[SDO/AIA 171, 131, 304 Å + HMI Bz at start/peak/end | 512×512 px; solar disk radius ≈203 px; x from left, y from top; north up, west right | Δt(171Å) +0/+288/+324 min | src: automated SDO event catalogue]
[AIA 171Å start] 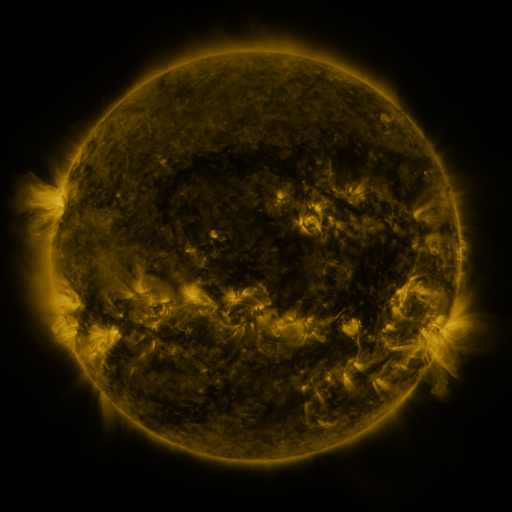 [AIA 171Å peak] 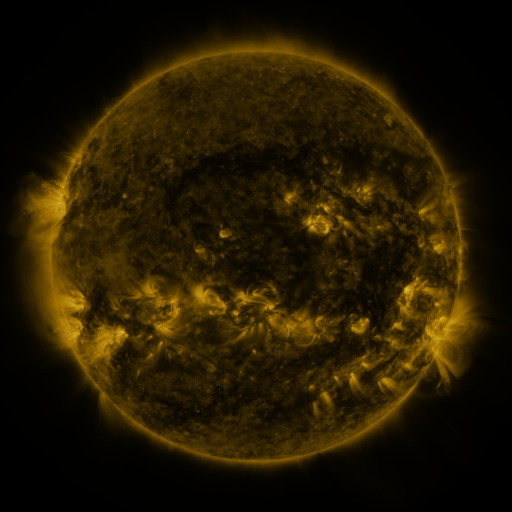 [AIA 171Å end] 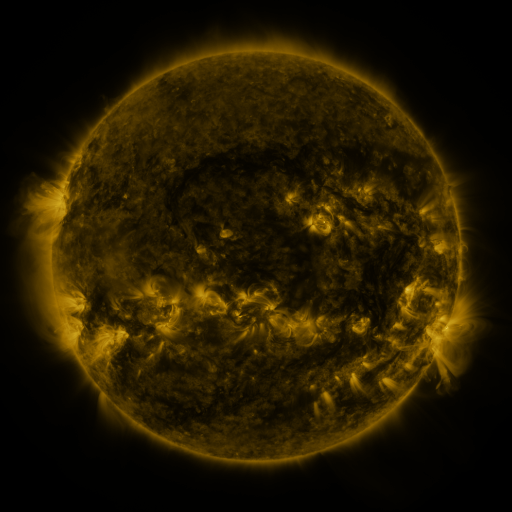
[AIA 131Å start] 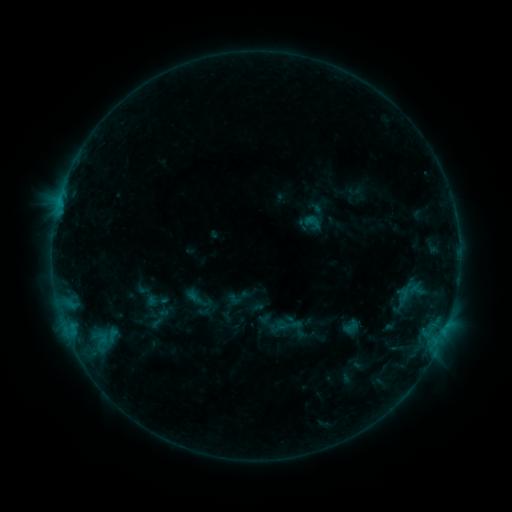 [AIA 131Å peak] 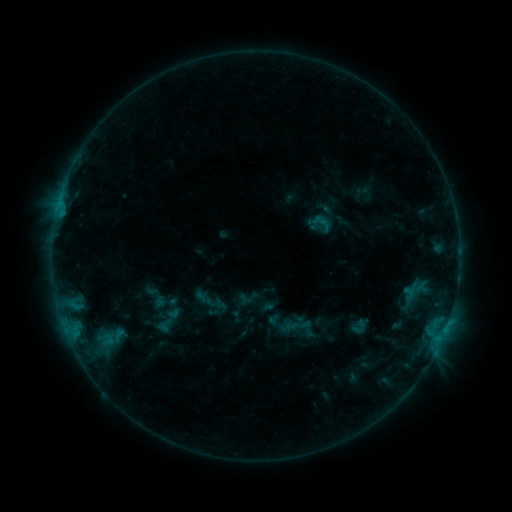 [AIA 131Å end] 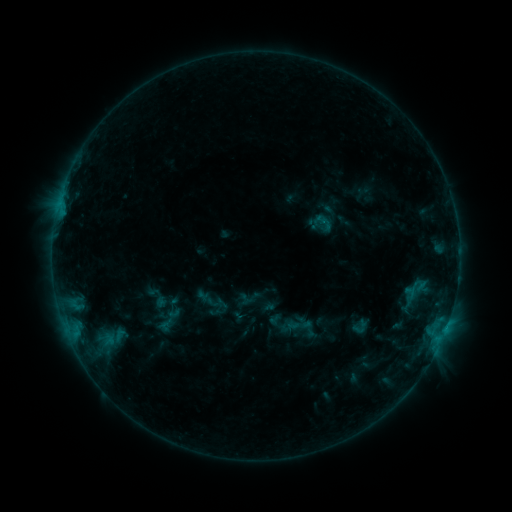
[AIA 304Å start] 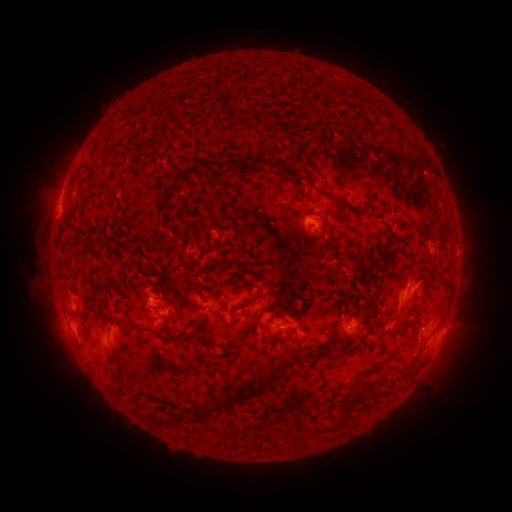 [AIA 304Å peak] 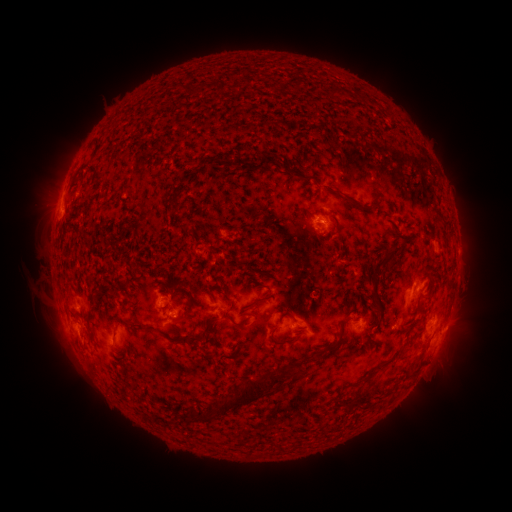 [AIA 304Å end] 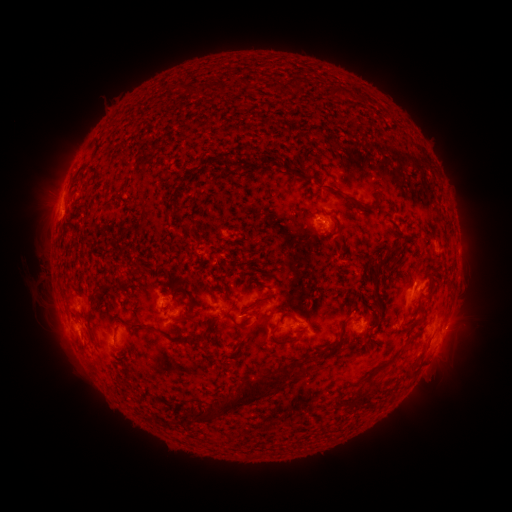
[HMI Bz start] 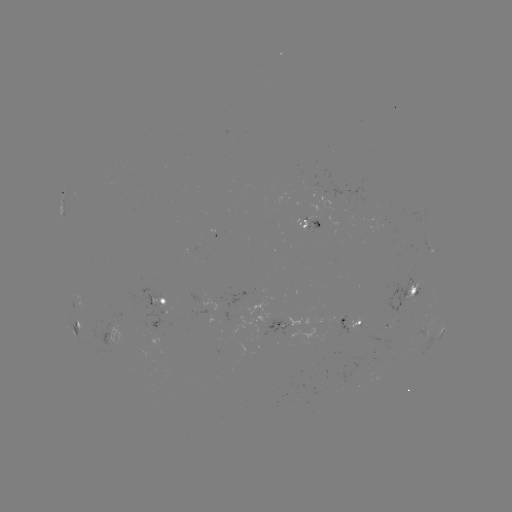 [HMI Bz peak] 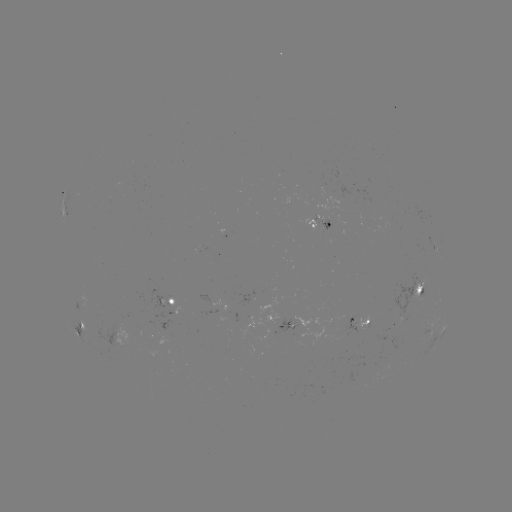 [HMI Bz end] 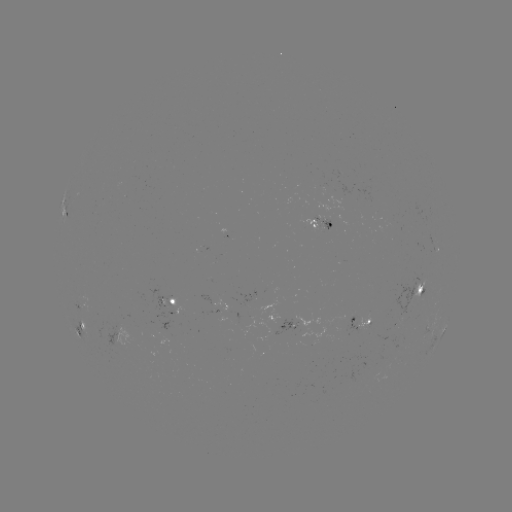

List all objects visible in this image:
emerging-flux region: (323, 225)
